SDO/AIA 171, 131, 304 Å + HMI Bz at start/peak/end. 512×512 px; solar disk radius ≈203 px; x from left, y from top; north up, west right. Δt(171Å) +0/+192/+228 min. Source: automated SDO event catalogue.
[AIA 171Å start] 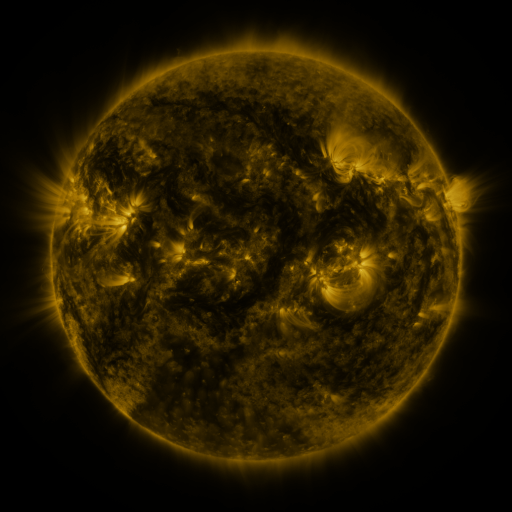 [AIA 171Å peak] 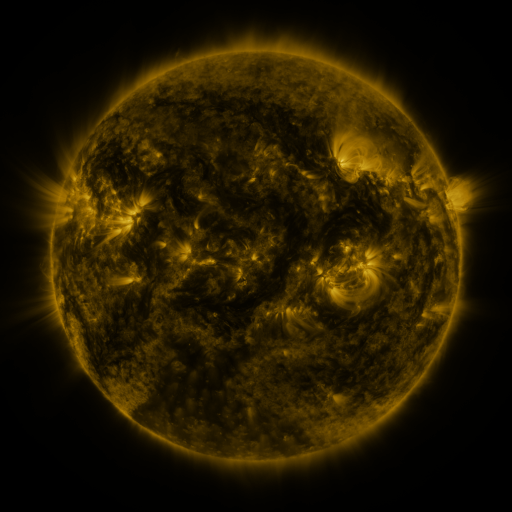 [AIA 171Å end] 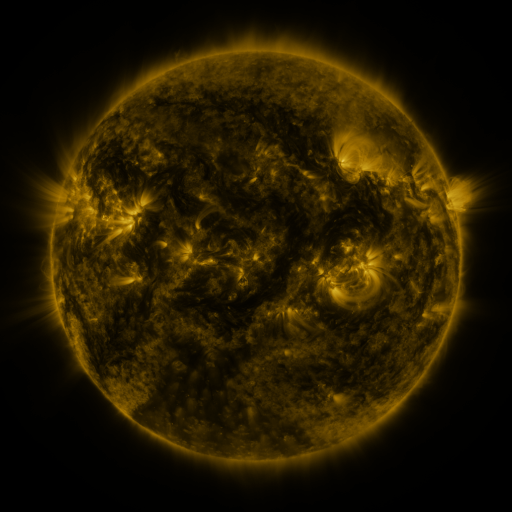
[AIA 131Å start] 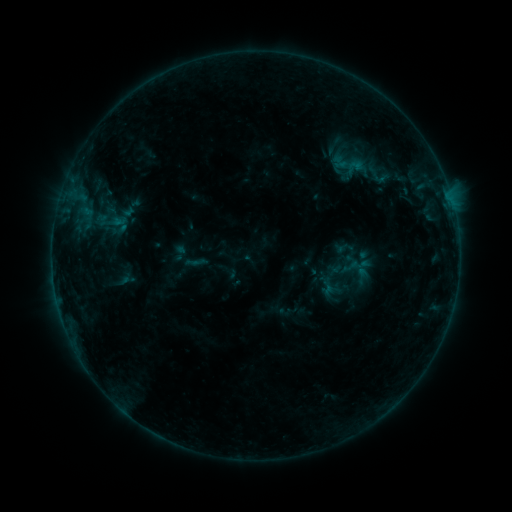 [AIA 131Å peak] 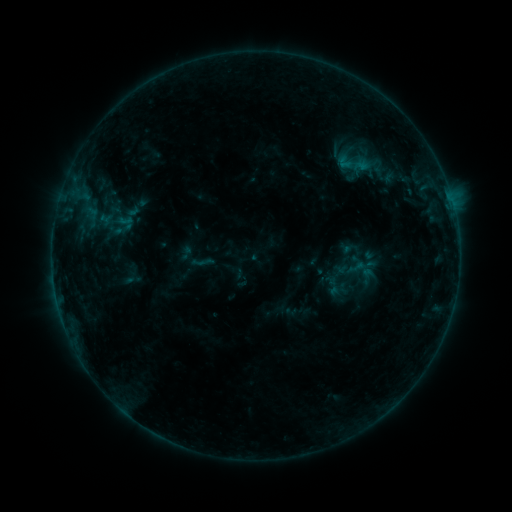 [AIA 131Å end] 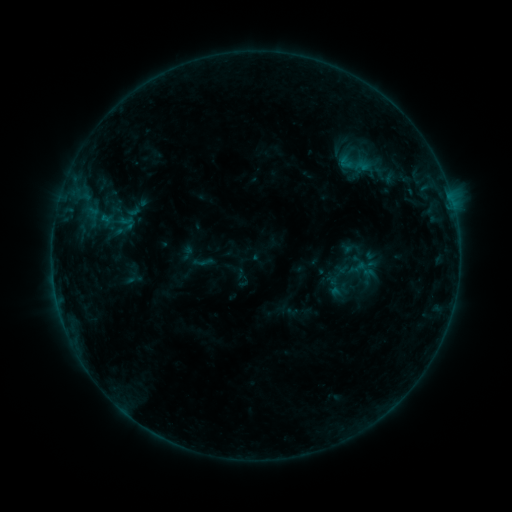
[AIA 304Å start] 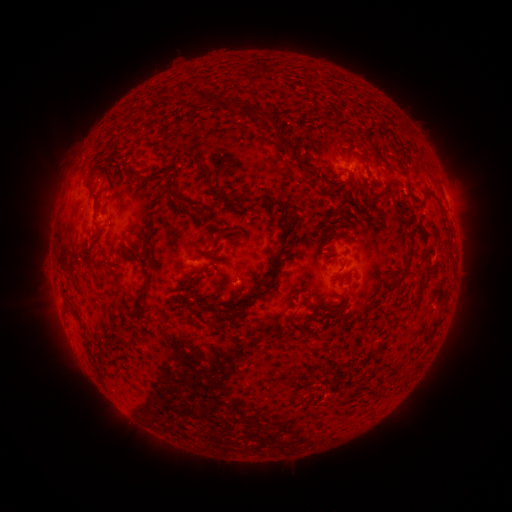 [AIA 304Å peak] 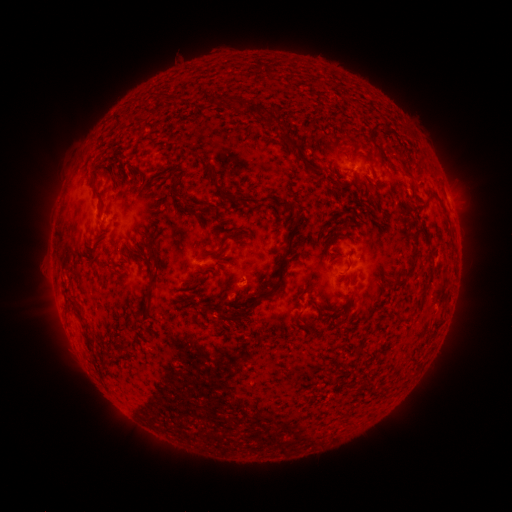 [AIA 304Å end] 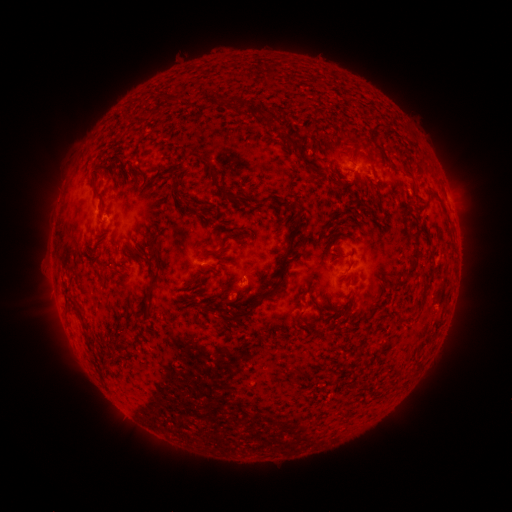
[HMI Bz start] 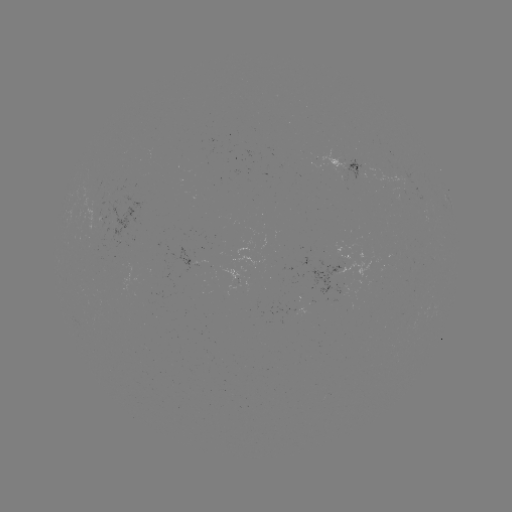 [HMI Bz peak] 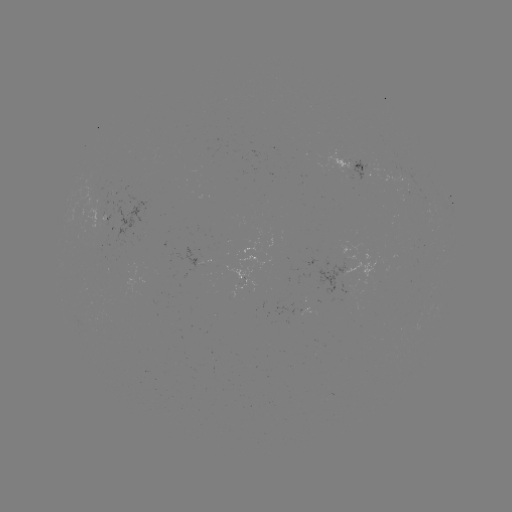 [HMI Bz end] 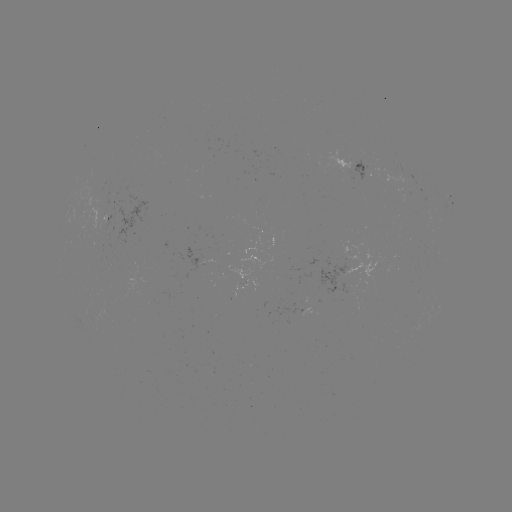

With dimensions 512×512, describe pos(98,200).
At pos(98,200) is emerging-flux region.